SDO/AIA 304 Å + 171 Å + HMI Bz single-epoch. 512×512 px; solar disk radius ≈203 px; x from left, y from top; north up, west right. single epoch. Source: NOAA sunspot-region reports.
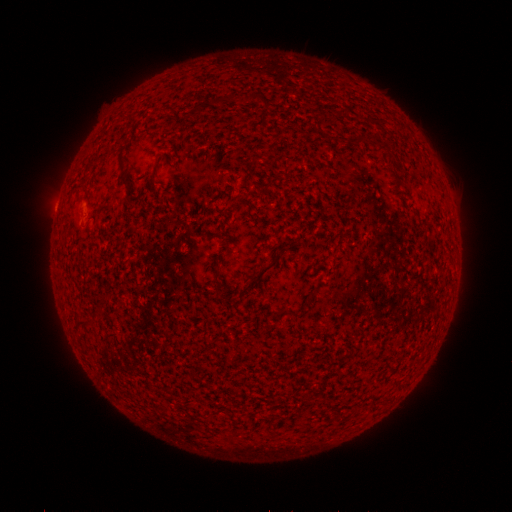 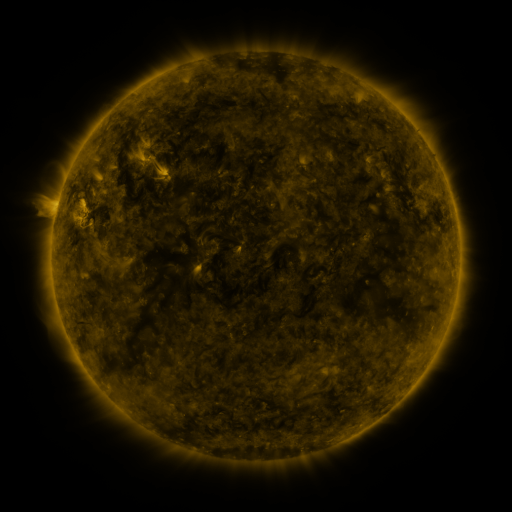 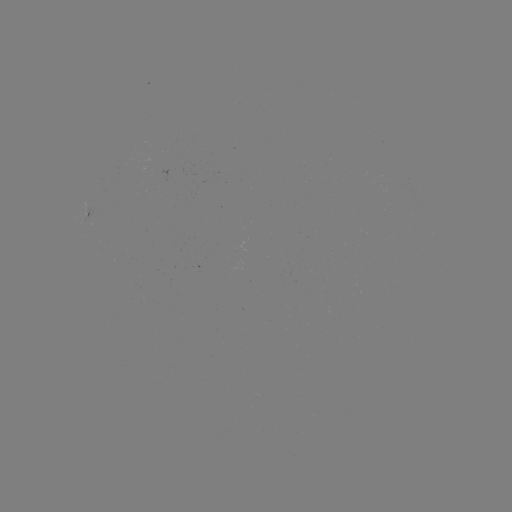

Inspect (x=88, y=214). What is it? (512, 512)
spotted active region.